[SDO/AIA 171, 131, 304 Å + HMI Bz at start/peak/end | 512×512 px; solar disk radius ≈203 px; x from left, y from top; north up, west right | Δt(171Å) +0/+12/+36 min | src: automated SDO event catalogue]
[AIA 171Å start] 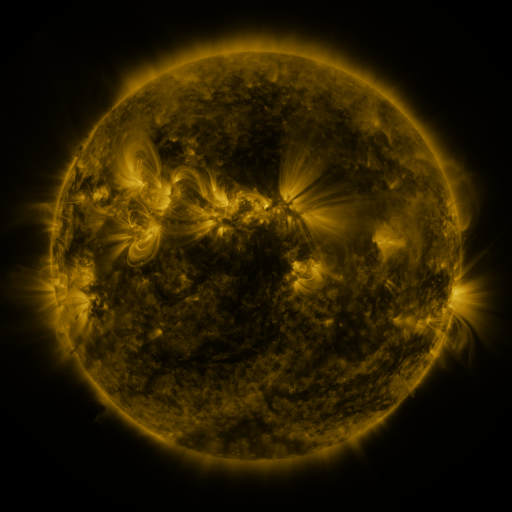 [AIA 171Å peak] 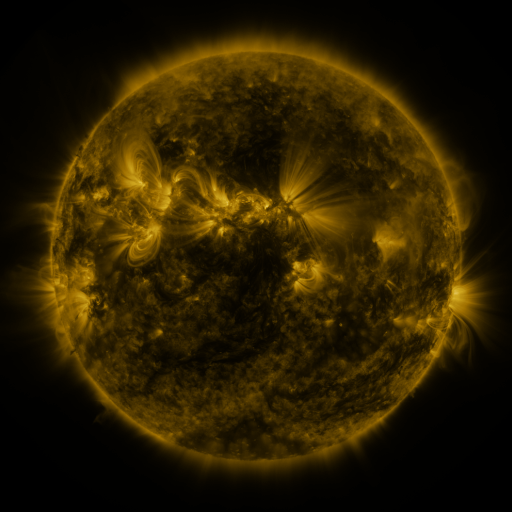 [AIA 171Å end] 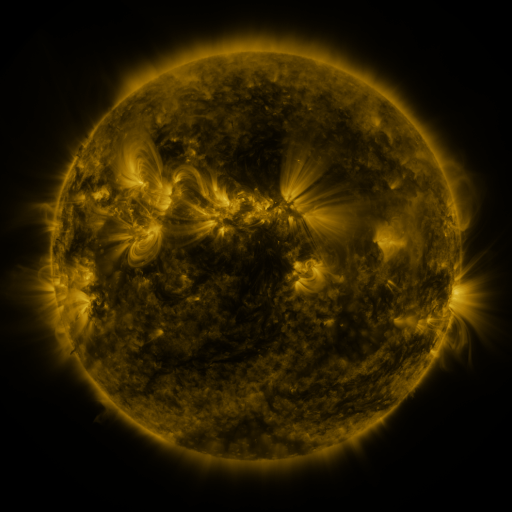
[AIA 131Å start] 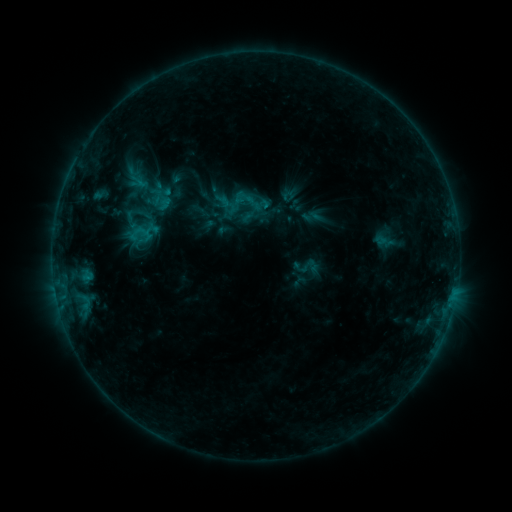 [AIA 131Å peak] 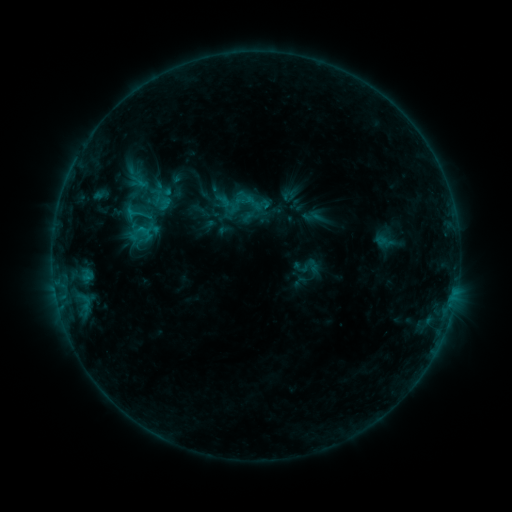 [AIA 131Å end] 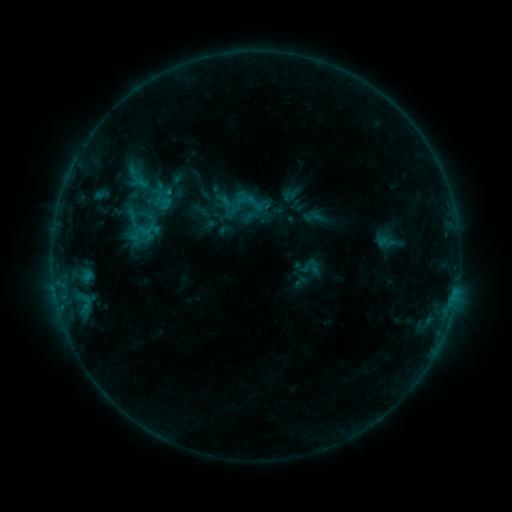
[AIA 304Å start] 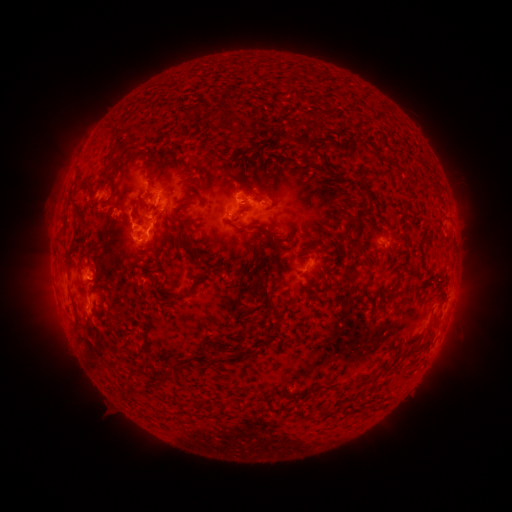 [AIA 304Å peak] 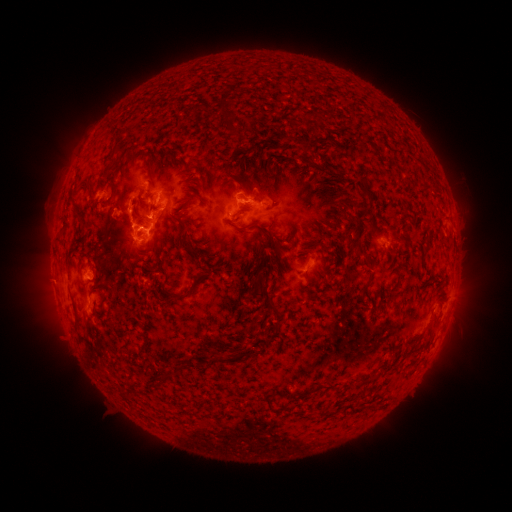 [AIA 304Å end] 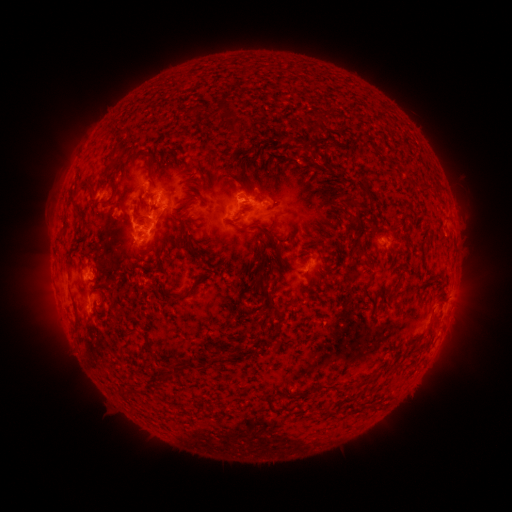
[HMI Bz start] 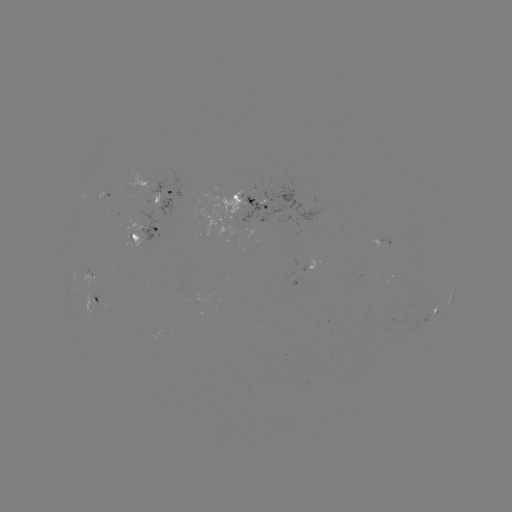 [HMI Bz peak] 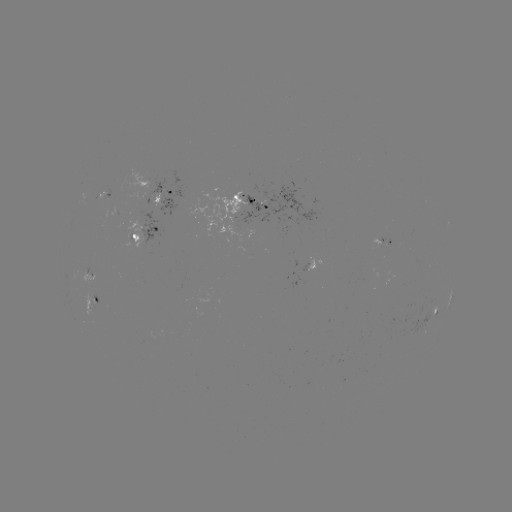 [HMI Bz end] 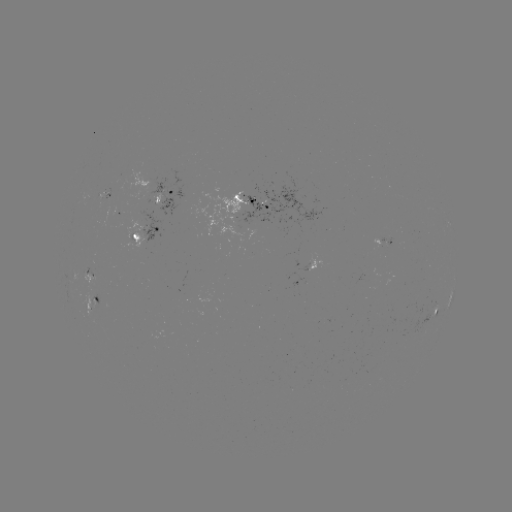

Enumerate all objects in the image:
C1.0 flare: (130, 213)
